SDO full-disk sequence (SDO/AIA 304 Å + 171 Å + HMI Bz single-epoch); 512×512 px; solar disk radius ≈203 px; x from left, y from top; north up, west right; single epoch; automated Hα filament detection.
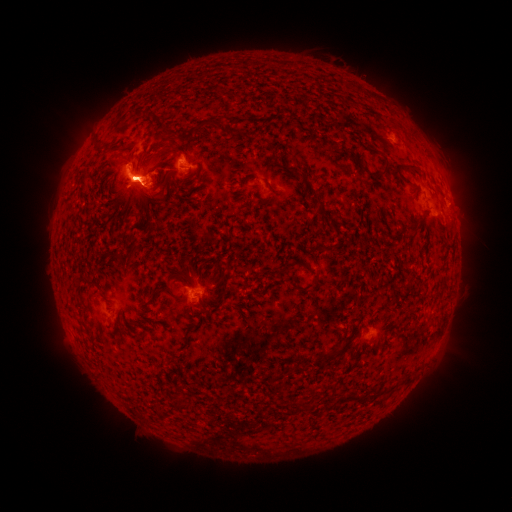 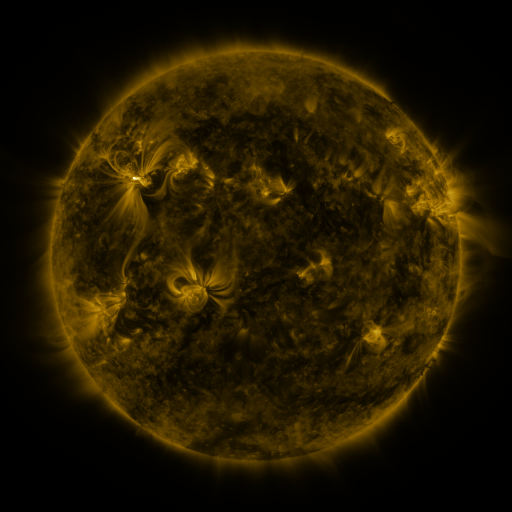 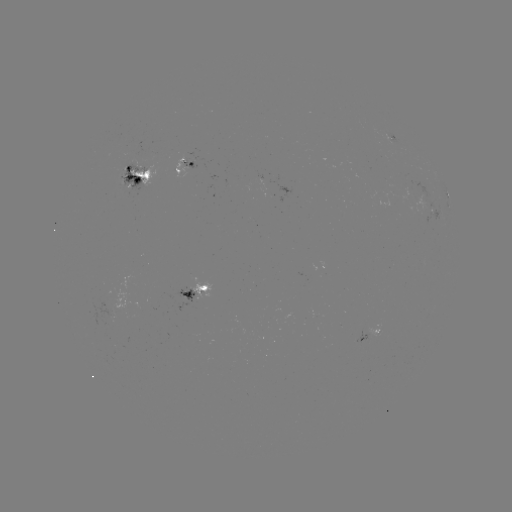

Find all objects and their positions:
filament: <bbox>369, 148, 380, 156</bbox>
filament: <bbox>382, 162, 390, 176</bbox>
filament: <bbox>396, 163, 418, 173</bbox>
filament: <bbox>142, 168, 152, 179</bbox>
filament: <bbox>124, 169, 143, 180</bbox>
filament: <bbox>301, 175, 308, 187</bbox>
filament: <bbox>310, 198, 320, 206</bbox>
filament: <bbox>316, 208, 329, 217</bbox>
filament: <bbox>309, 283, 318, 292</bbox>
